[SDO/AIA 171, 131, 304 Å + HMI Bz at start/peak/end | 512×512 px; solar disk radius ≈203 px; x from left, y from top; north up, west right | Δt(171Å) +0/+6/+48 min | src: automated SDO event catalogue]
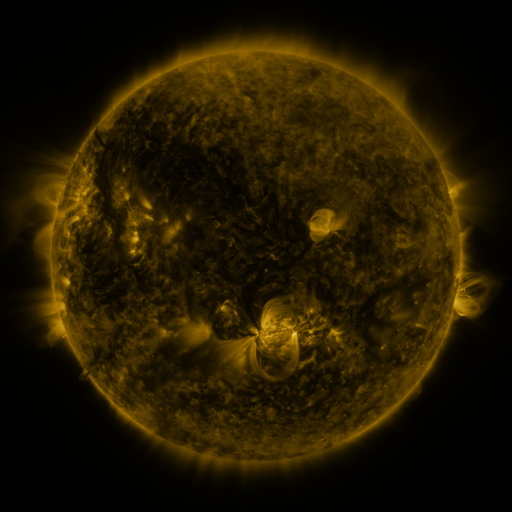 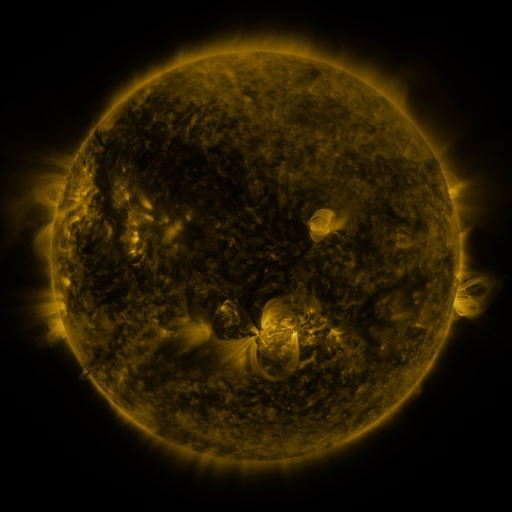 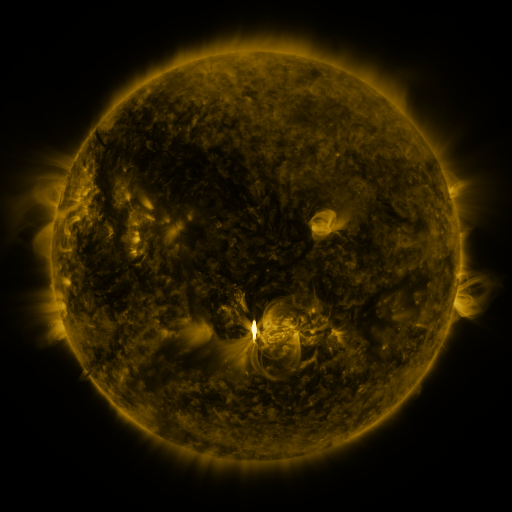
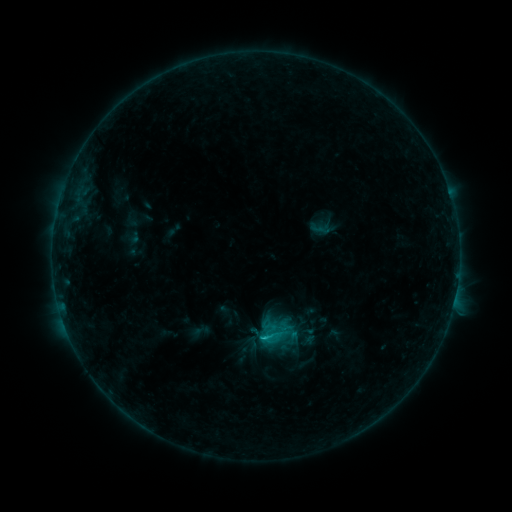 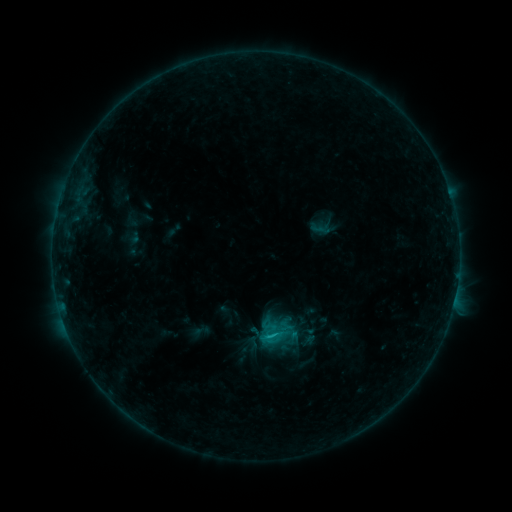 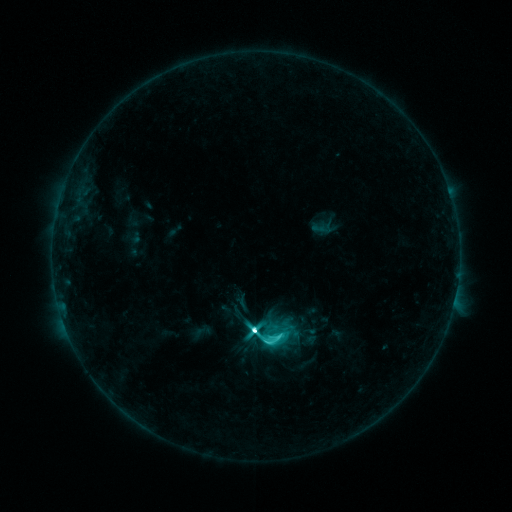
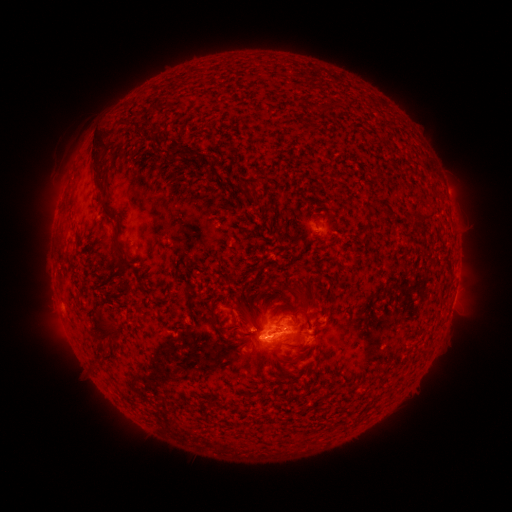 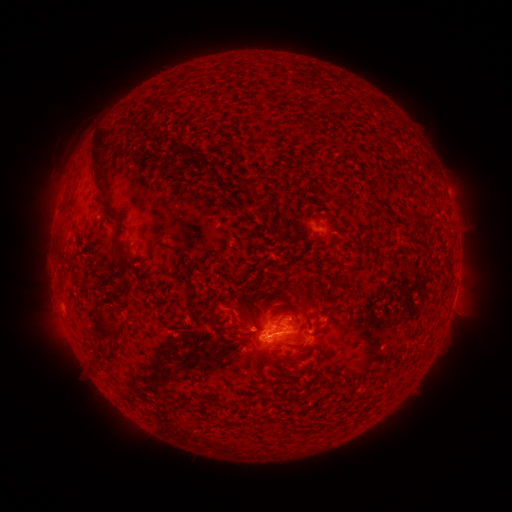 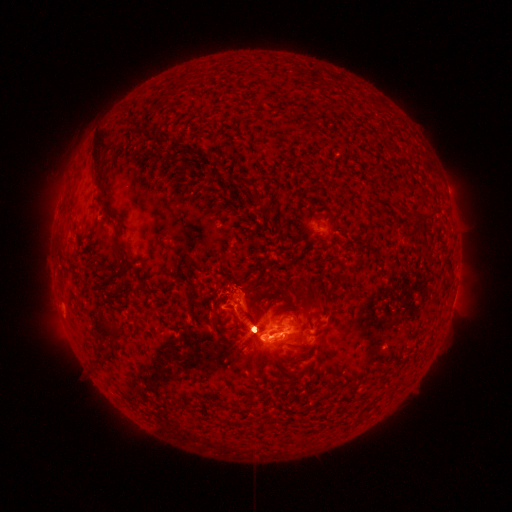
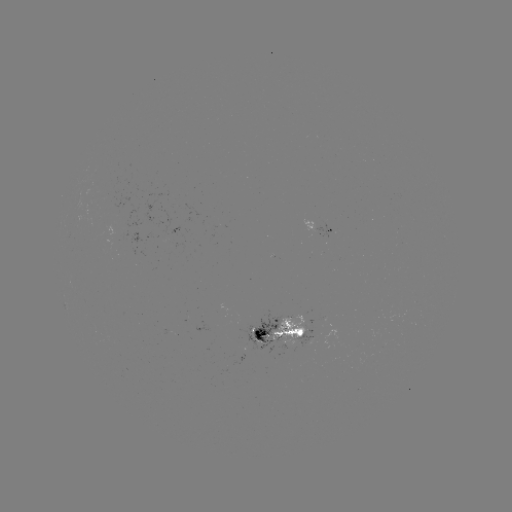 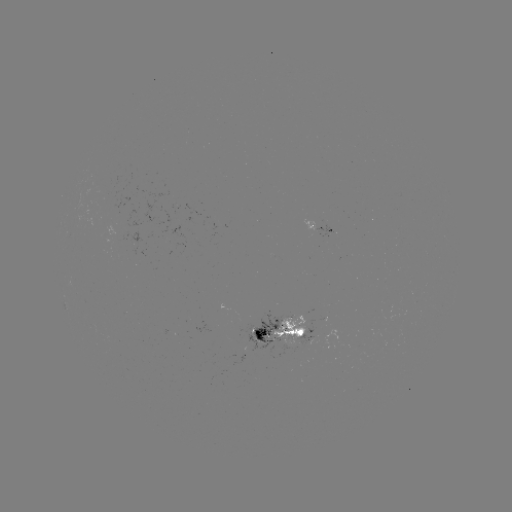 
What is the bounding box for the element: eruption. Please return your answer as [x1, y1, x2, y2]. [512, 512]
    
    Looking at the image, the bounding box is [198, 259, 271, 320].